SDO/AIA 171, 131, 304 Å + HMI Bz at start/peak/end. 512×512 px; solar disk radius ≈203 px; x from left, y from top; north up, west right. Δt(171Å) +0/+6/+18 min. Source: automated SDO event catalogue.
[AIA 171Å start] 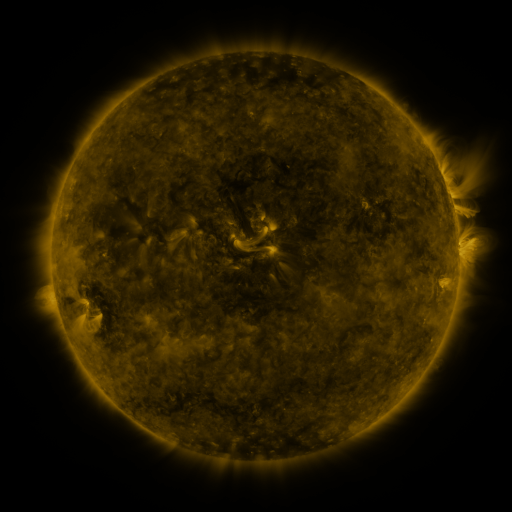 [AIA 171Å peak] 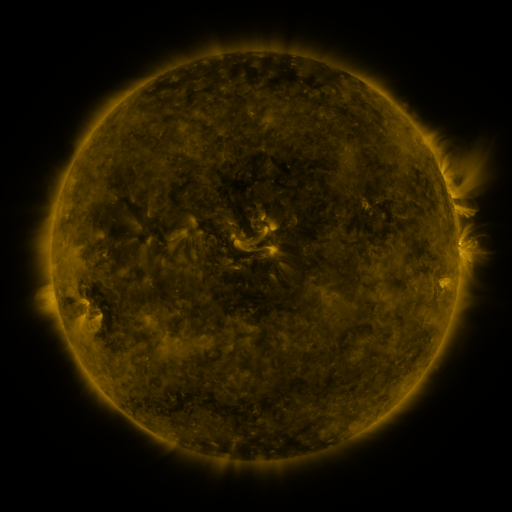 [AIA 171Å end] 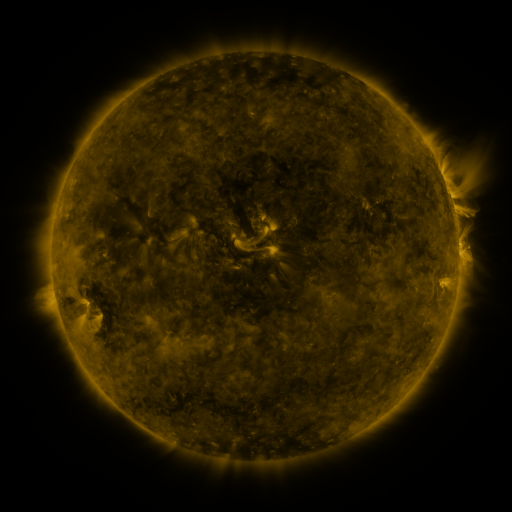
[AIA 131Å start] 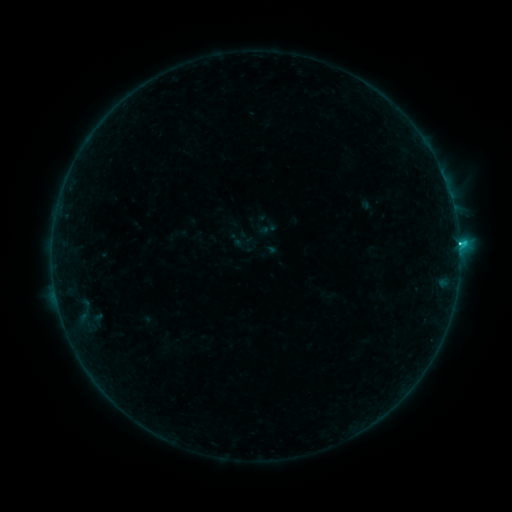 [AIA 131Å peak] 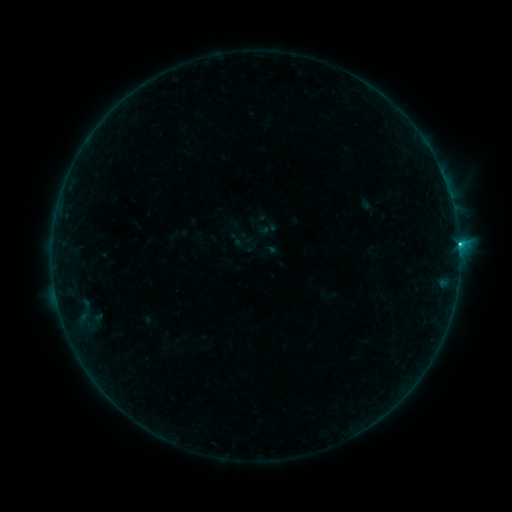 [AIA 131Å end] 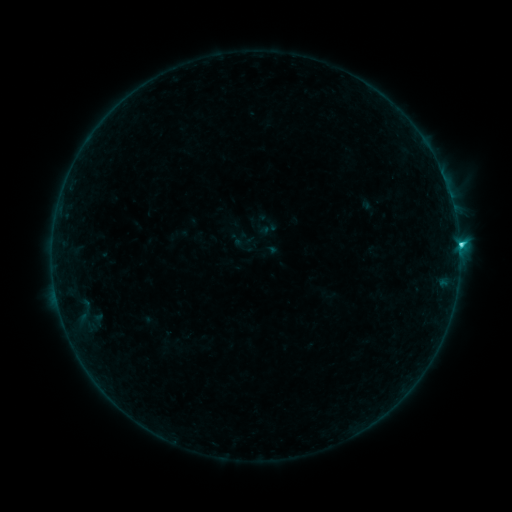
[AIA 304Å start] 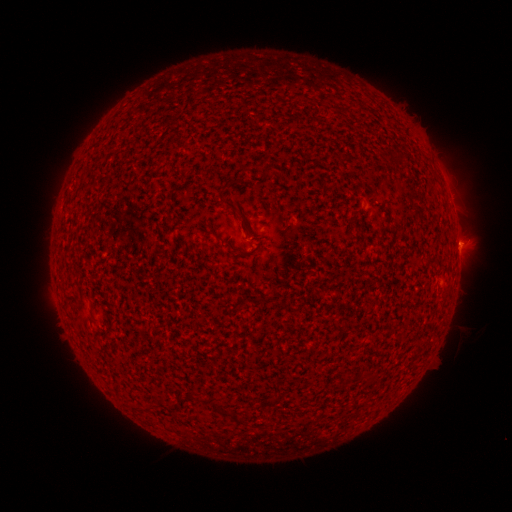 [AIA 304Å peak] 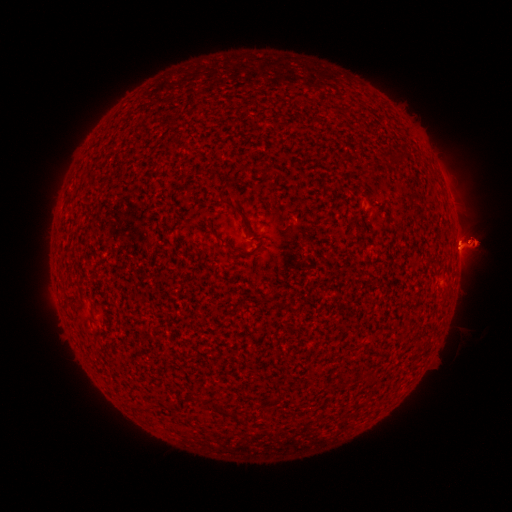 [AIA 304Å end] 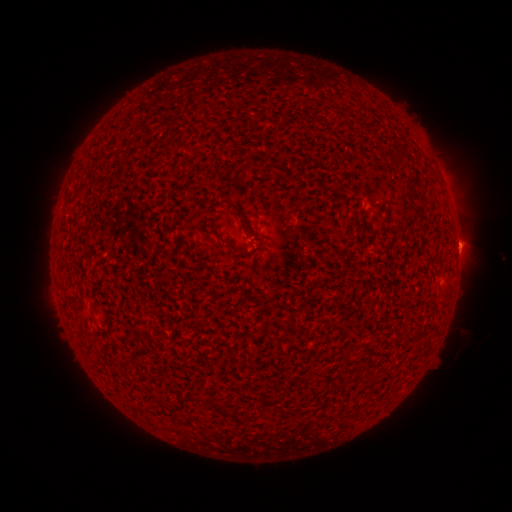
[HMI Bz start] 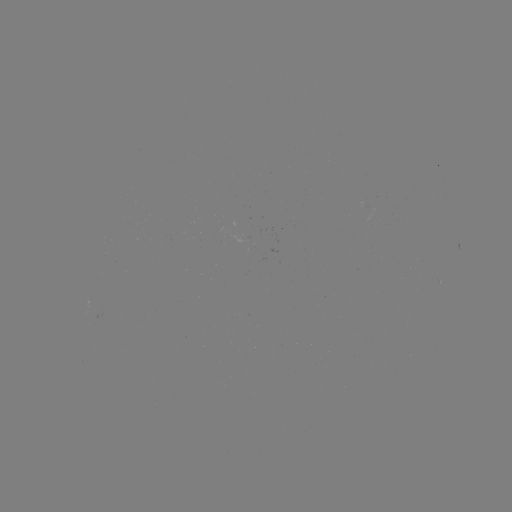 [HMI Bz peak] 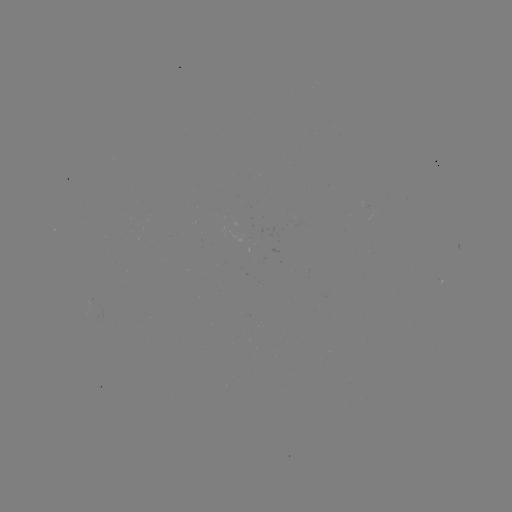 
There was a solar eruption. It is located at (479, 243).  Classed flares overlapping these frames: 1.